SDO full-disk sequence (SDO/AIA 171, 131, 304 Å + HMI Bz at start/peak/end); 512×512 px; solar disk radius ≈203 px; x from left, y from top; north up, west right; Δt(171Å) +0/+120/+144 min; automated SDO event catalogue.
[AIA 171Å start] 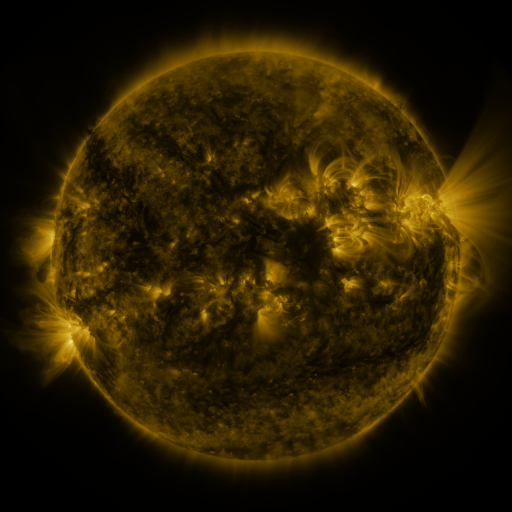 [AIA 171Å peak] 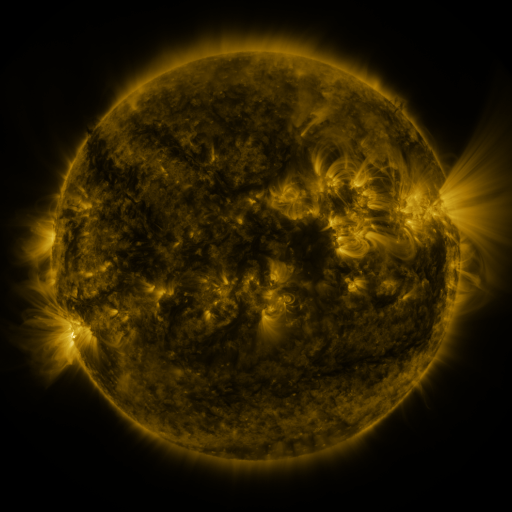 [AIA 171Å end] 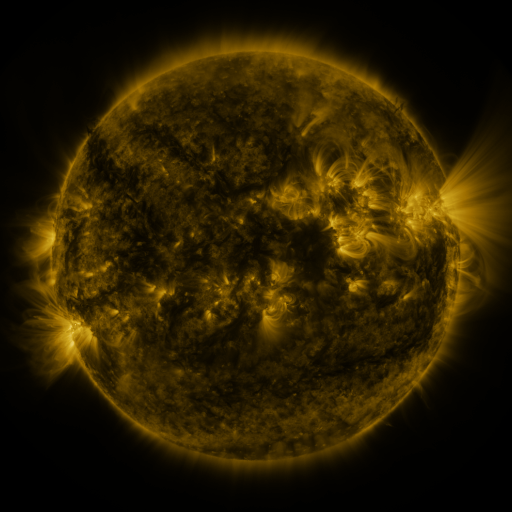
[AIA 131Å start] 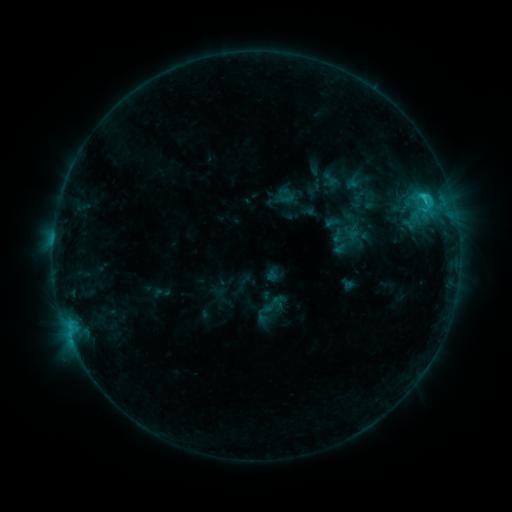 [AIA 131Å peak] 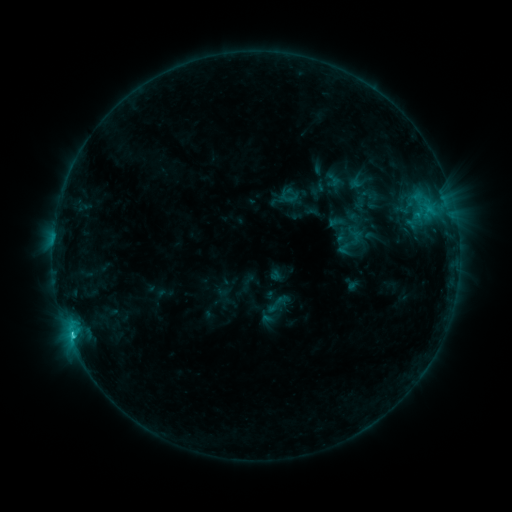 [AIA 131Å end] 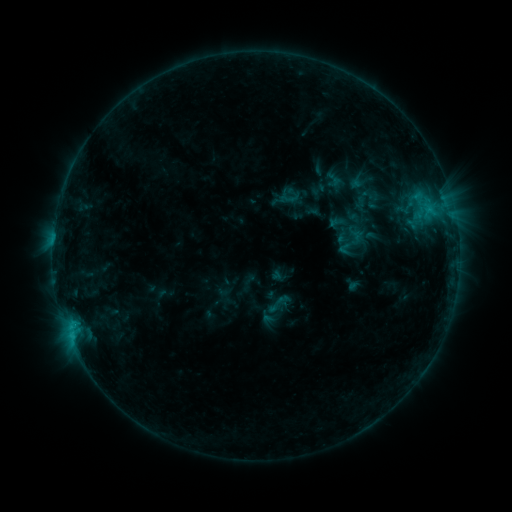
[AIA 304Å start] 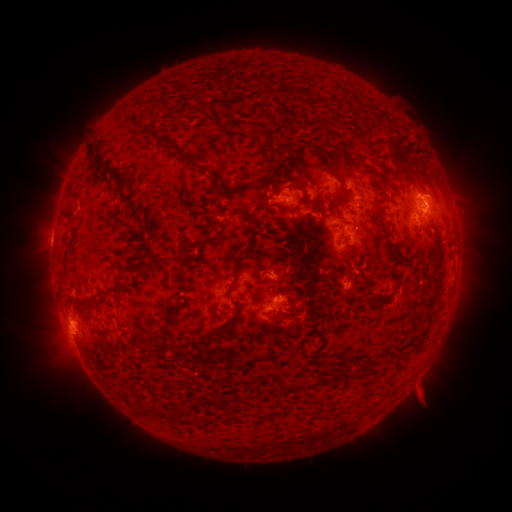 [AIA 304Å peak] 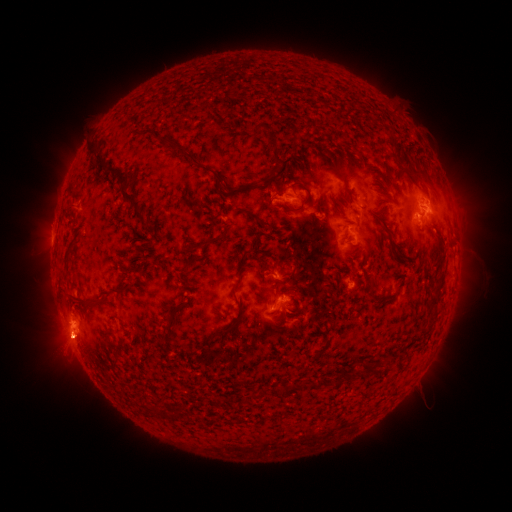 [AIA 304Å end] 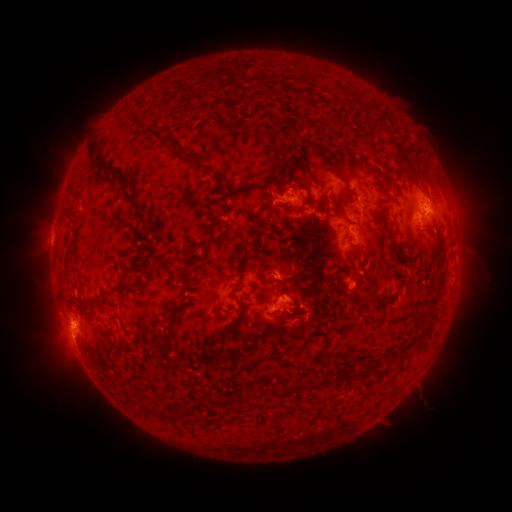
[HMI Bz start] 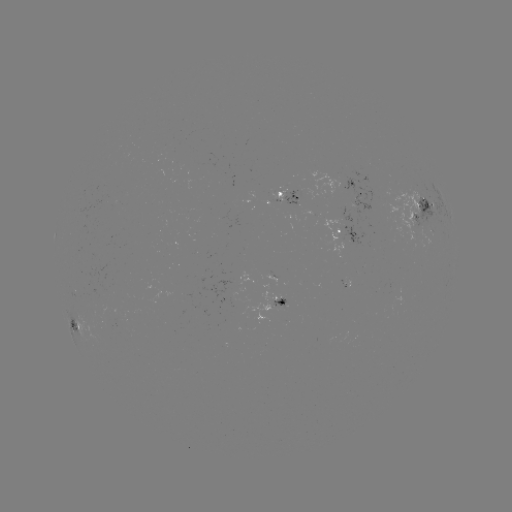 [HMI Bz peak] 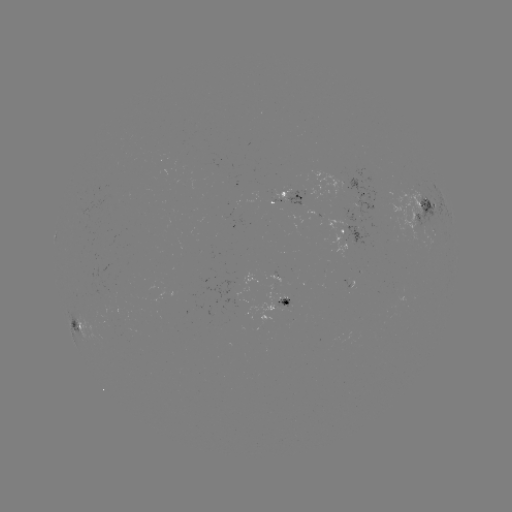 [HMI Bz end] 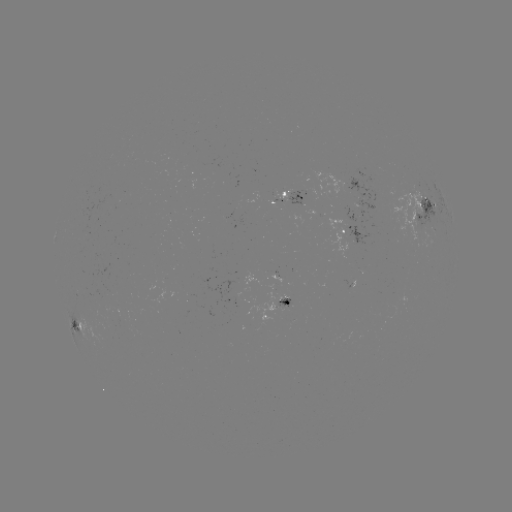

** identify emerging-flux region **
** [359, 225] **